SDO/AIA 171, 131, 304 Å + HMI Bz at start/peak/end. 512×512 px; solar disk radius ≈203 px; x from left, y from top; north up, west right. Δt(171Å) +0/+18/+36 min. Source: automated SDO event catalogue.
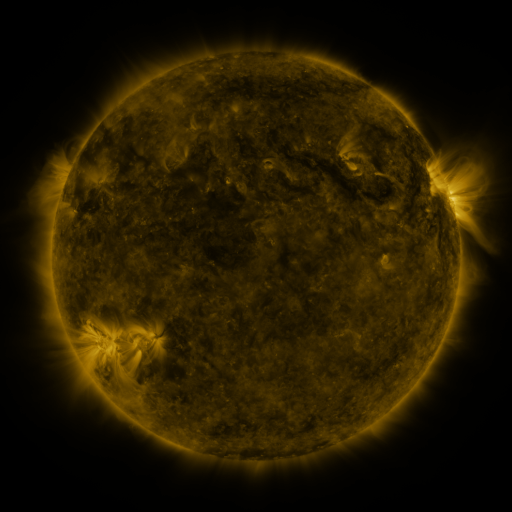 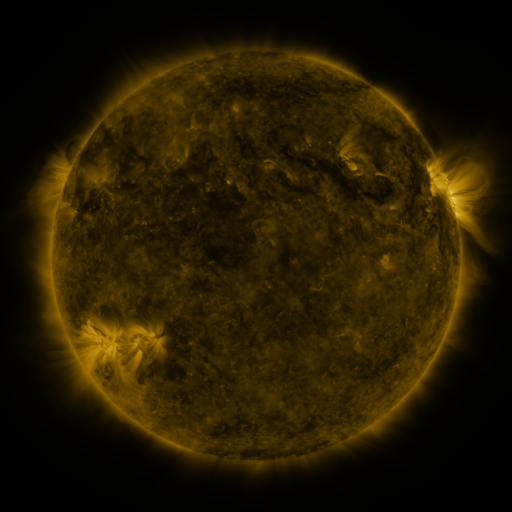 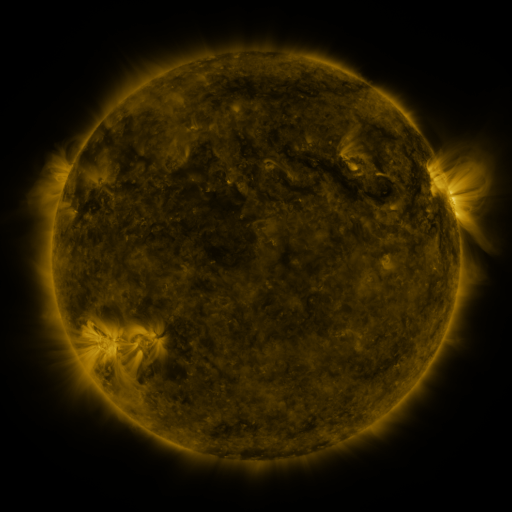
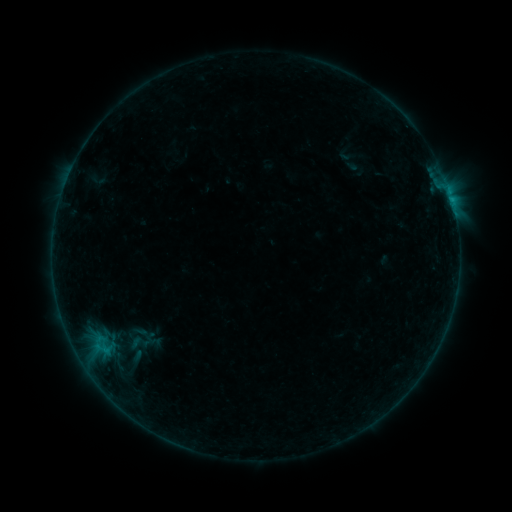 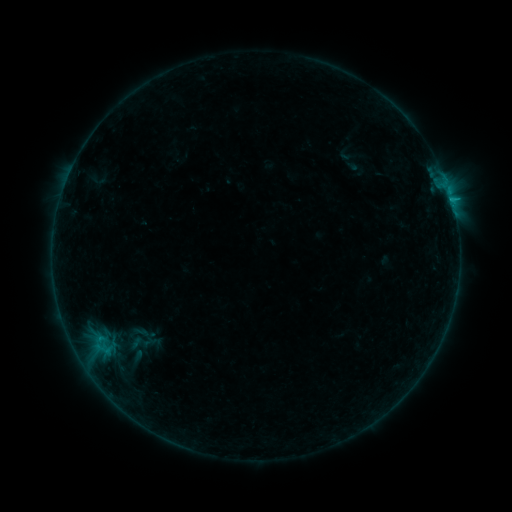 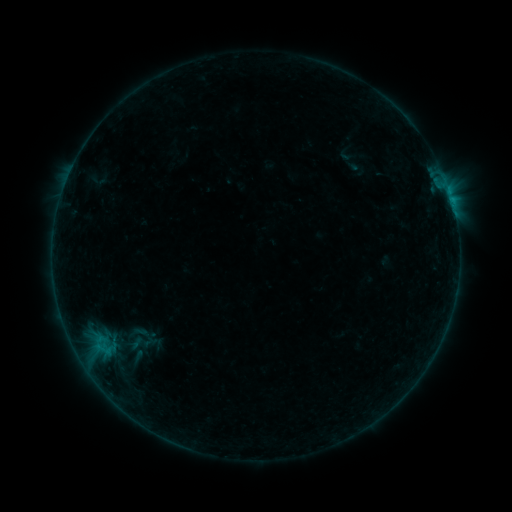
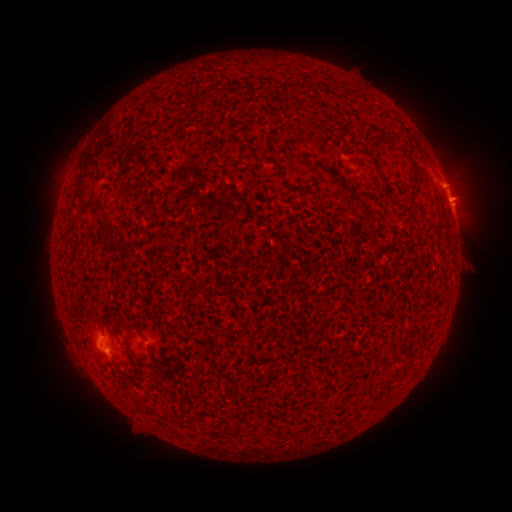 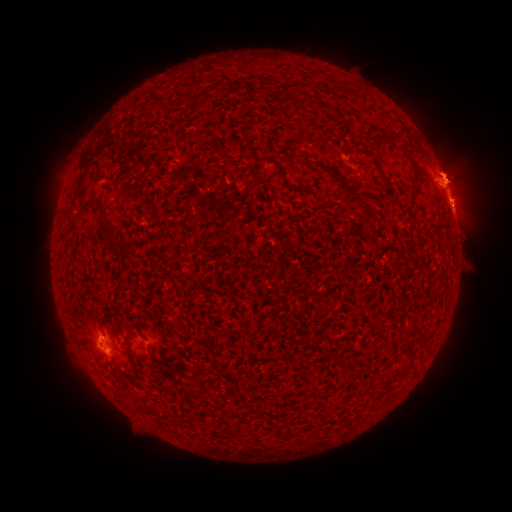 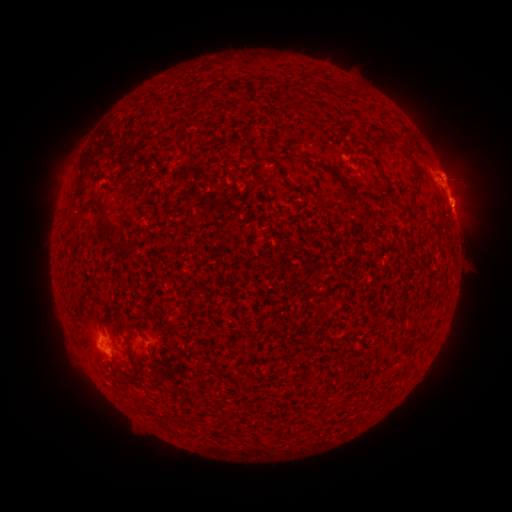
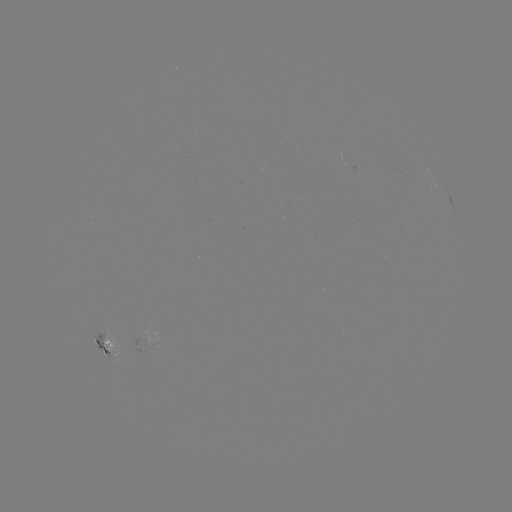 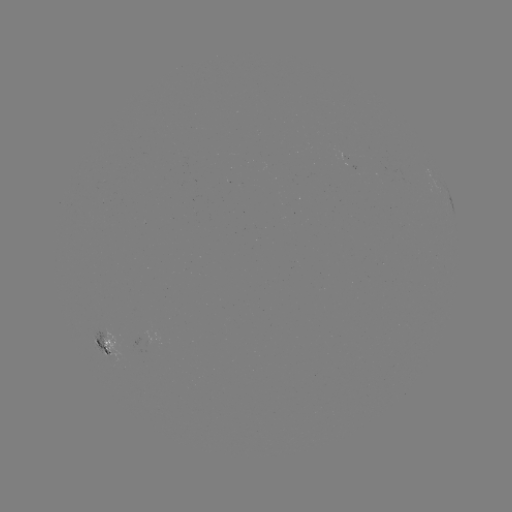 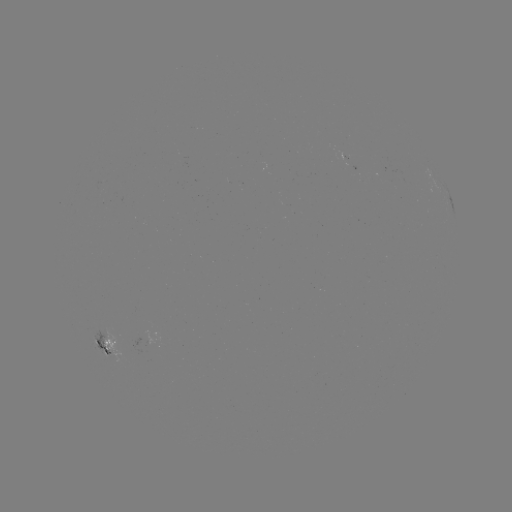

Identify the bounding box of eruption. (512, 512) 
[413, 101, 511, 221].